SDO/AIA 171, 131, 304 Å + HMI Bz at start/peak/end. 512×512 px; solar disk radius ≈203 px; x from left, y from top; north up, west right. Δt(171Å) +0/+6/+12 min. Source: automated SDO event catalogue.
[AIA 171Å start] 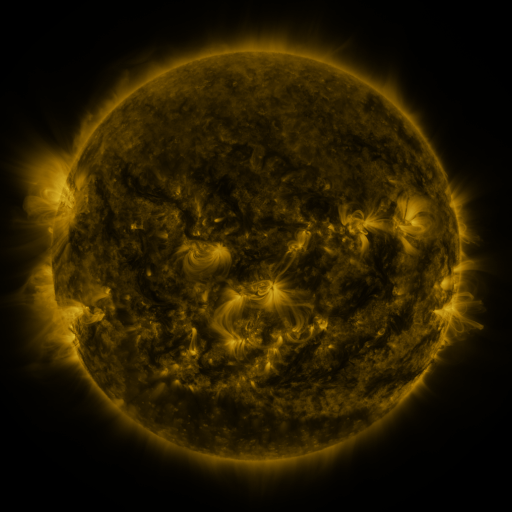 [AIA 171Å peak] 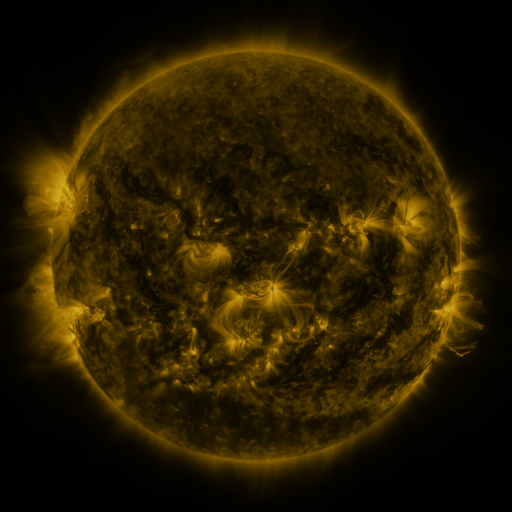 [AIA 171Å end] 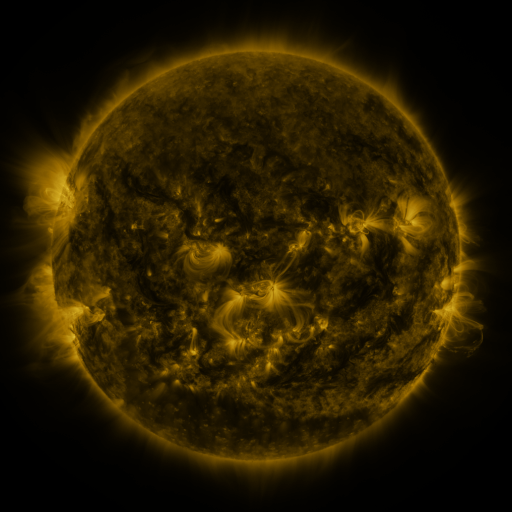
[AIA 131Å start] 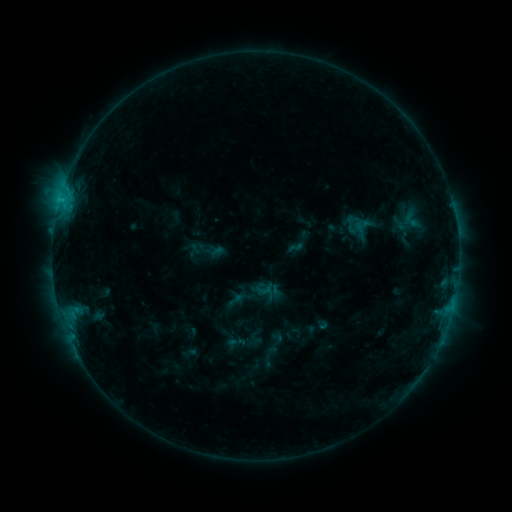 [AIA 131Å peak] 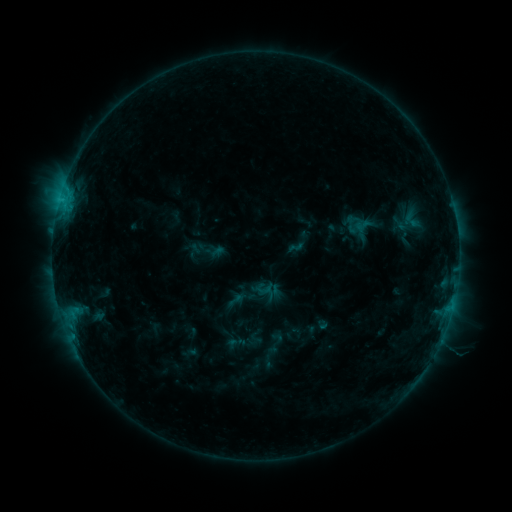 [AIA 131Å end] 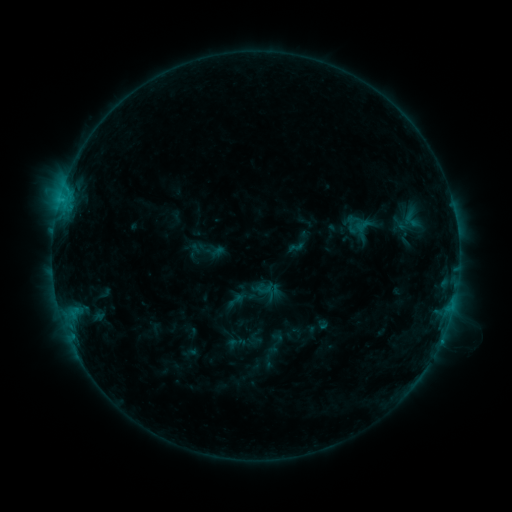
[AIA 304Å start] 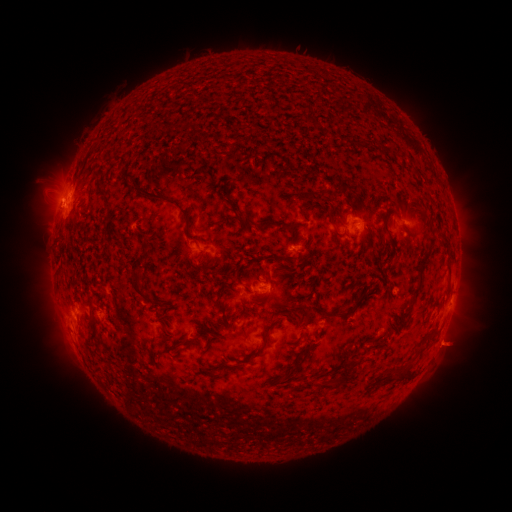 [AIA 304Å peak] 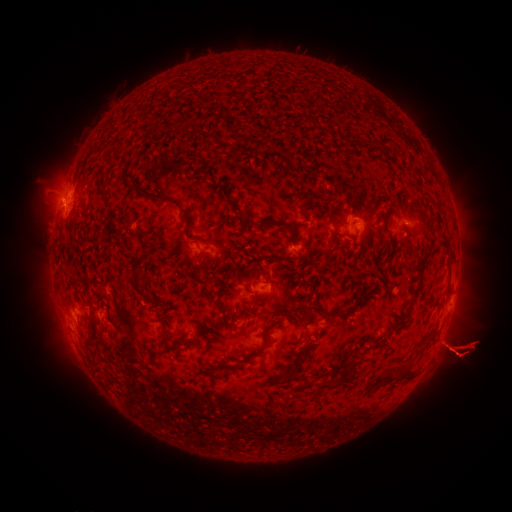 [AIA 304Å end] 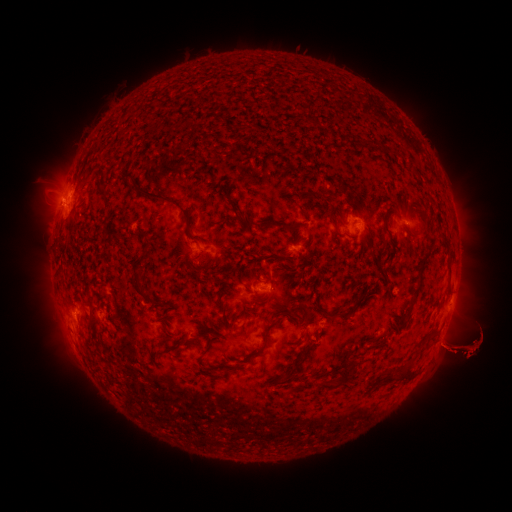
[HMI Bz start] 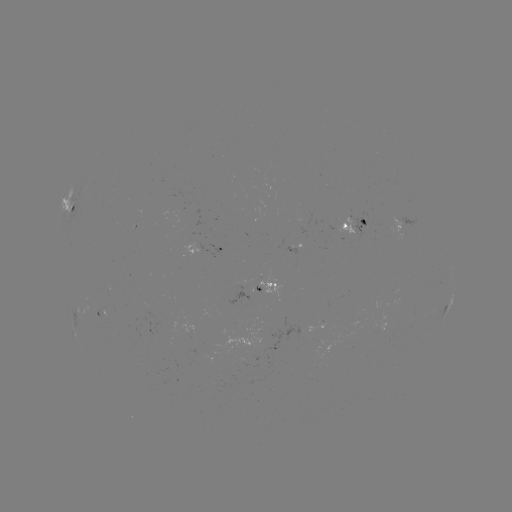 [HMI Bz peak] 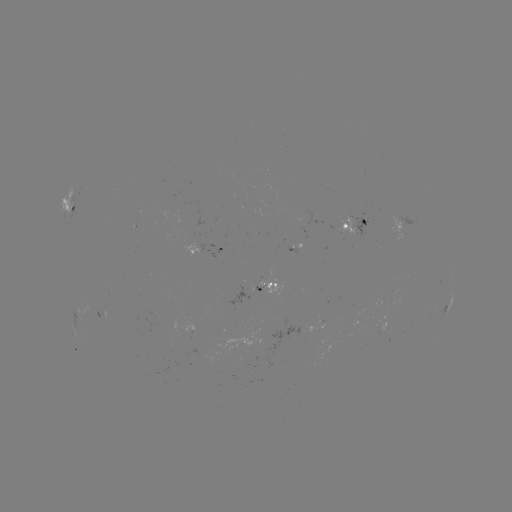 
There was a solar eruption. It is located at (461, 401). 